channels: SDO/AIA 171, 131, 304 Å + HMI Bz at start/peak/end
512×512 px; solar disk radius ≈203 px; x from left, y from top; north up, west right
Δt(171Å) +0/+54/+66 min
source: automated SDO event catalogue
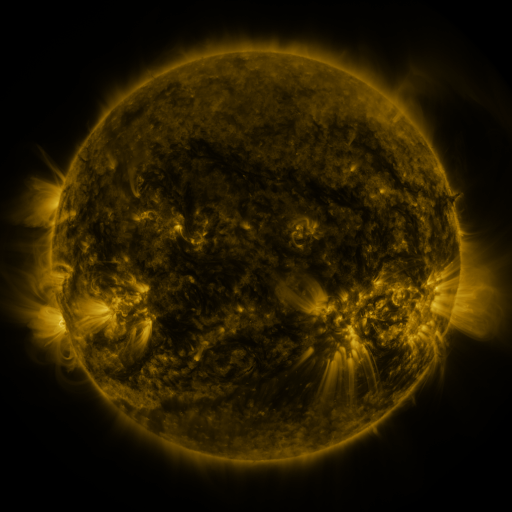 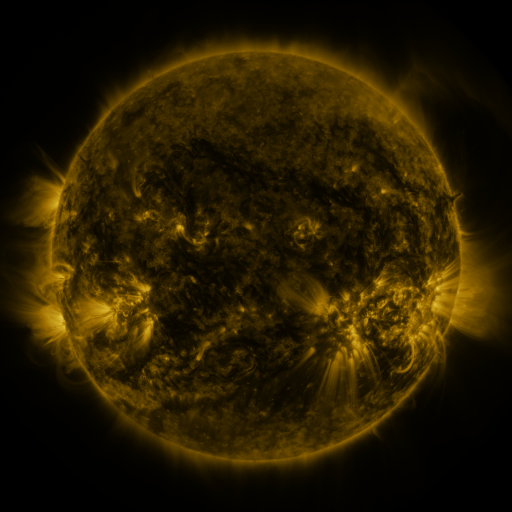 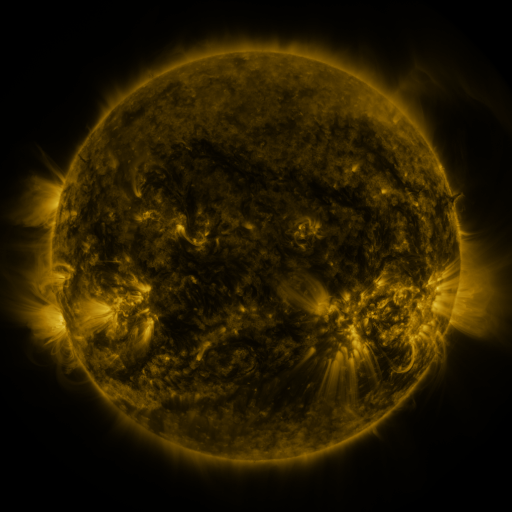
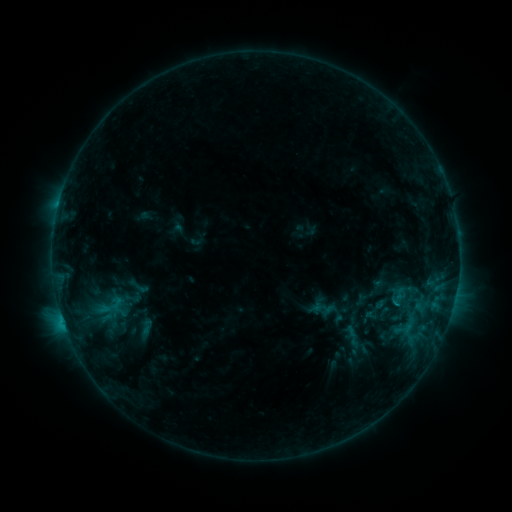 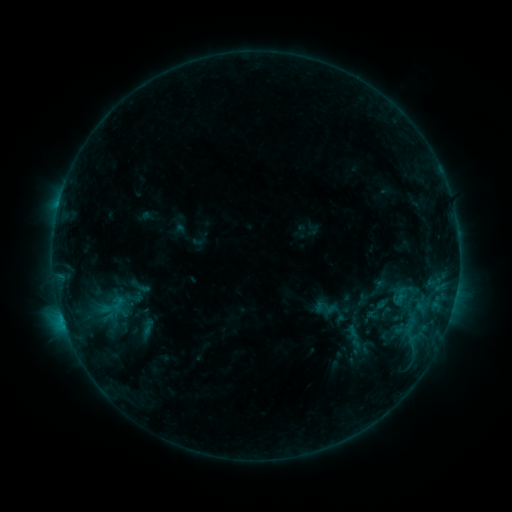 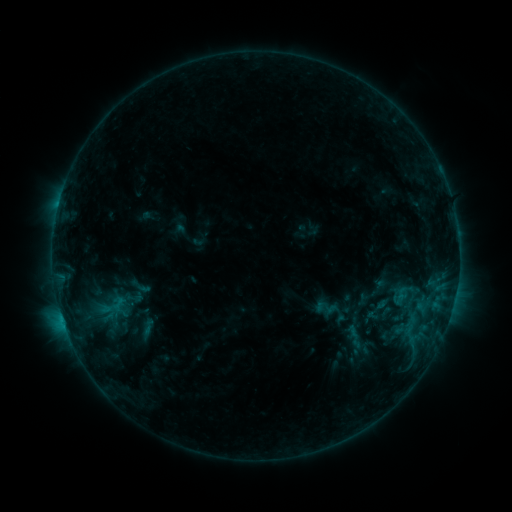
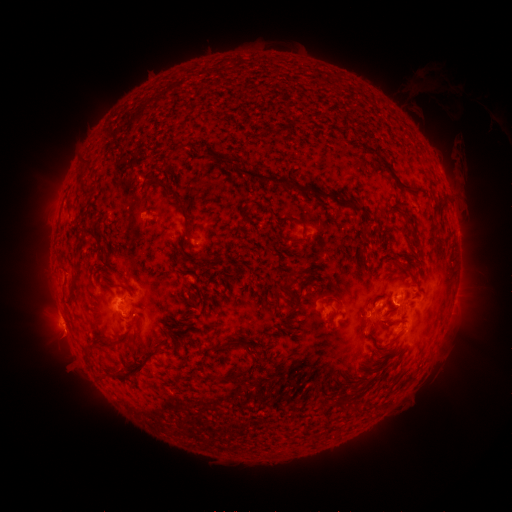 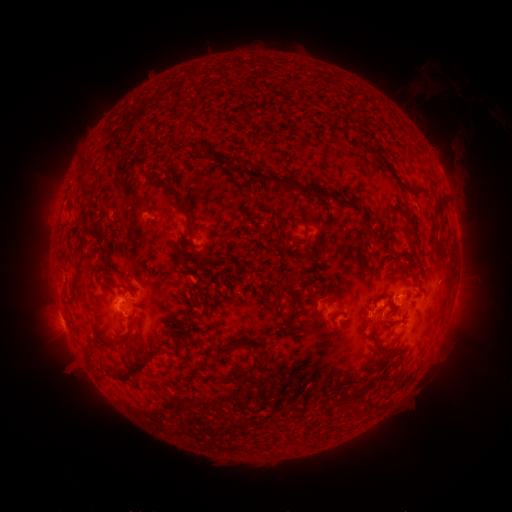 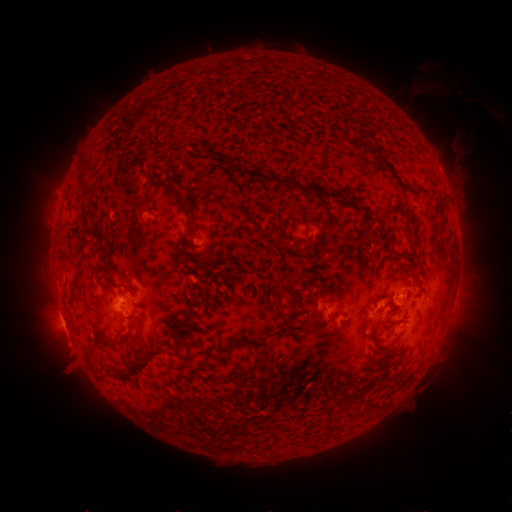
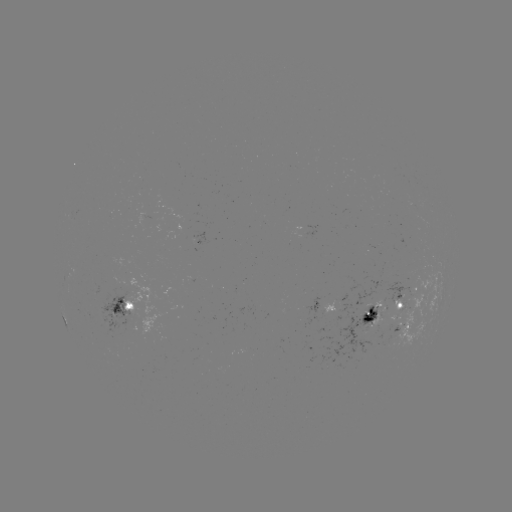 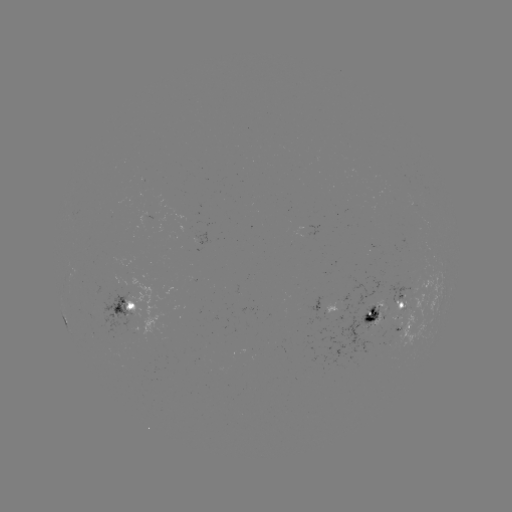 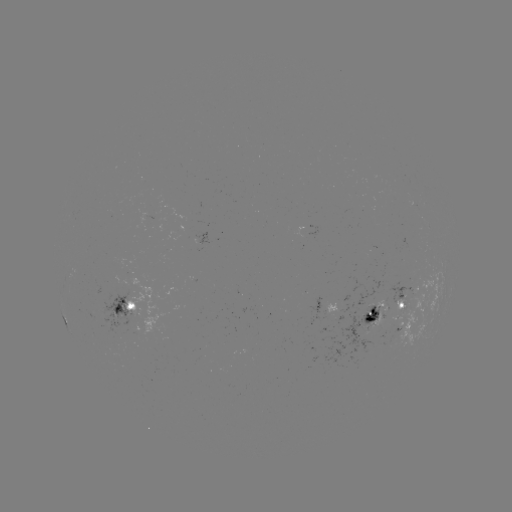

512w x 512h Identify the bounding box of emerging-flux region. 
[387, 282, 411, 313].